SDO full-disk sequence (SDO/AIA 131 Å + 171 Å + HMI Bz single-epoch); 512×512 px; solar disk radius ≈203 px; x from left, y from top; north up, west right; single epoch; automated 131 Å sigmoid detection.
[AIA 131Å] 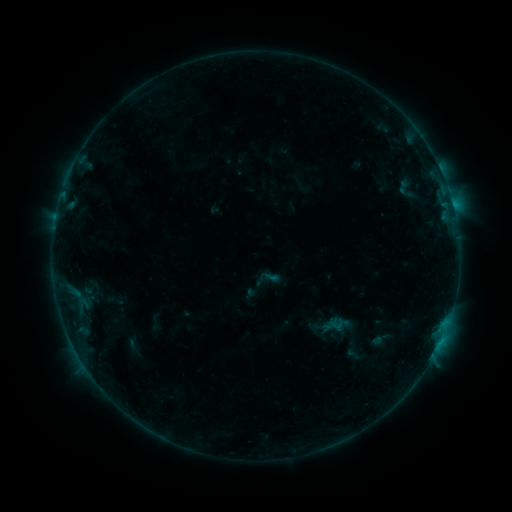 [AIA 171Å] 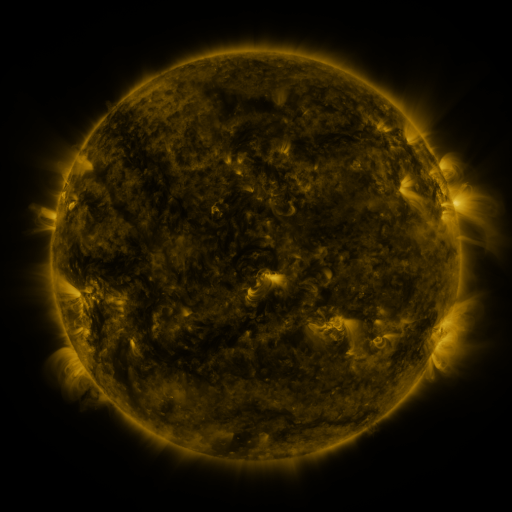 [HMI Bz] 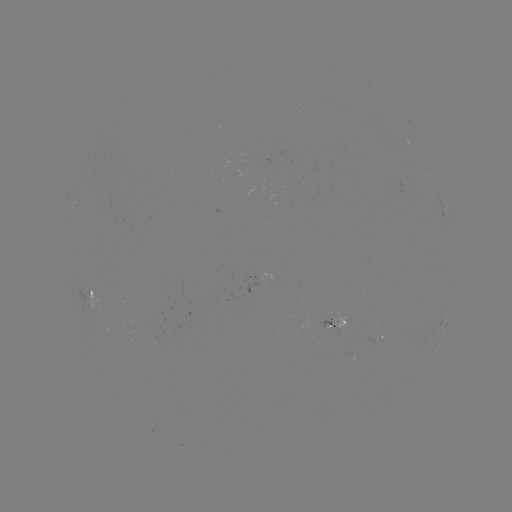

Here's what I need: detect sigmoid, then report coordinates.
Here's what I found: sigmoid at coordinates (337, 324).